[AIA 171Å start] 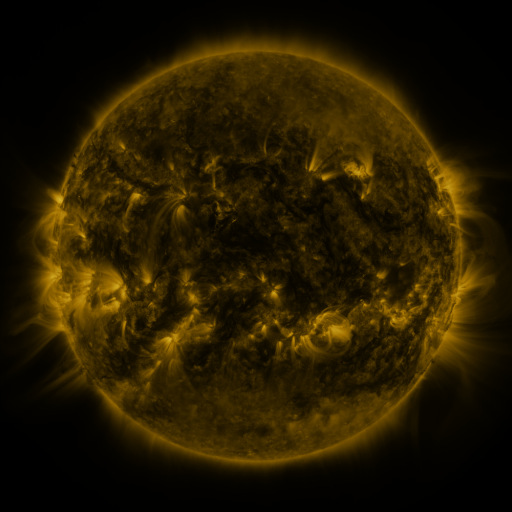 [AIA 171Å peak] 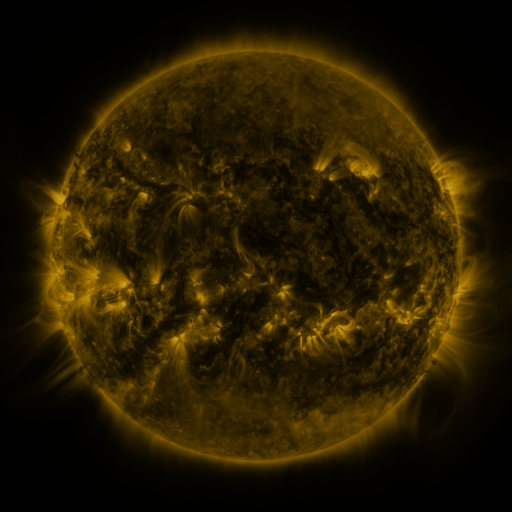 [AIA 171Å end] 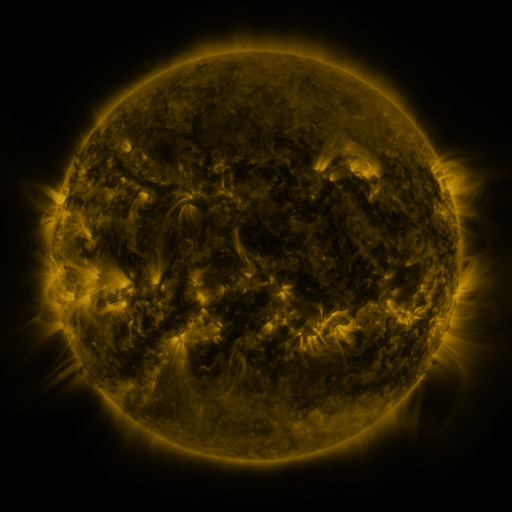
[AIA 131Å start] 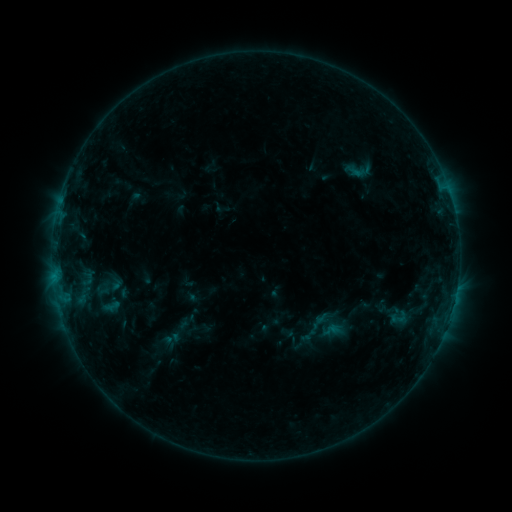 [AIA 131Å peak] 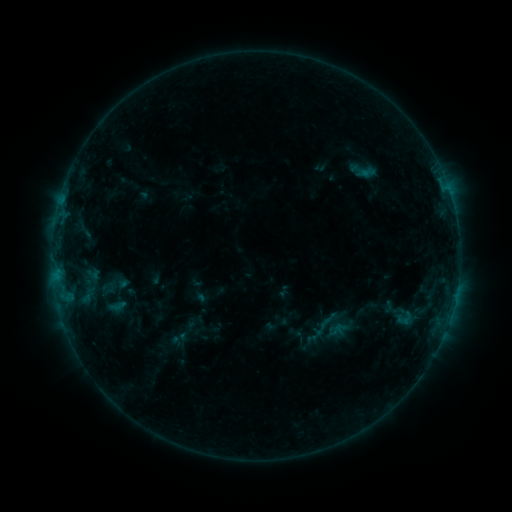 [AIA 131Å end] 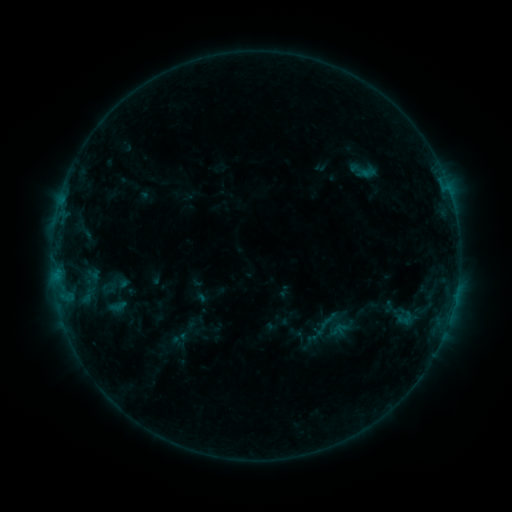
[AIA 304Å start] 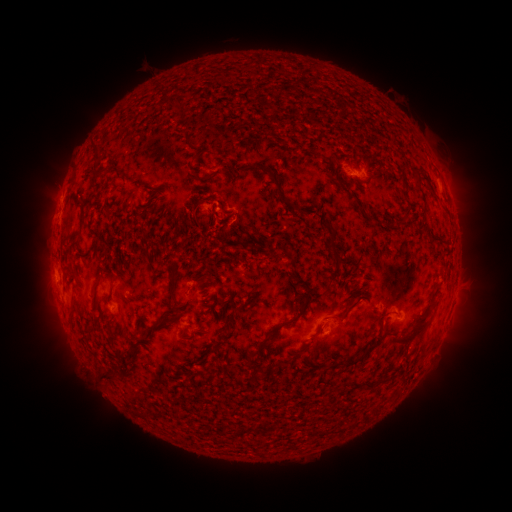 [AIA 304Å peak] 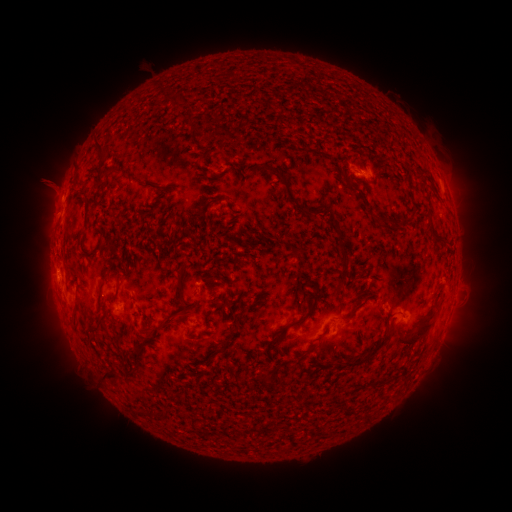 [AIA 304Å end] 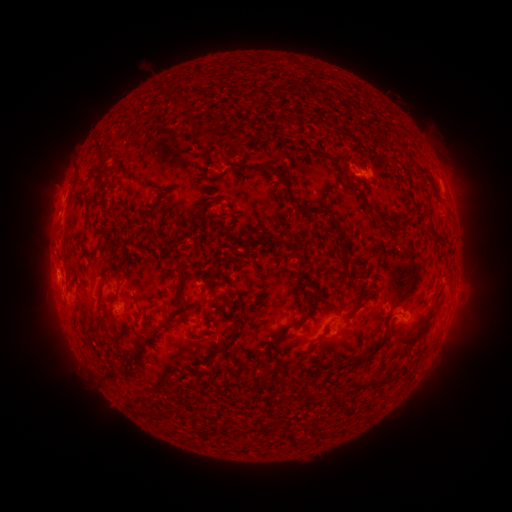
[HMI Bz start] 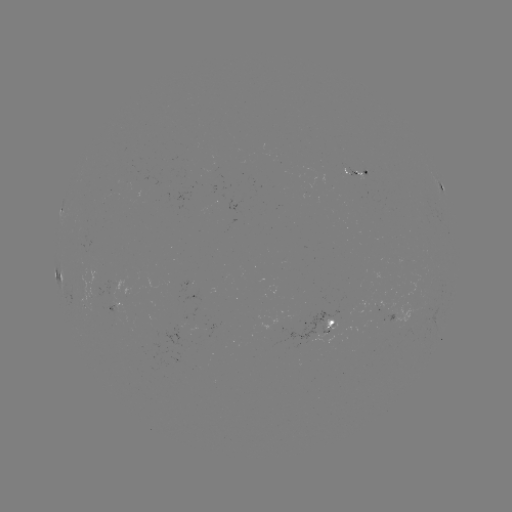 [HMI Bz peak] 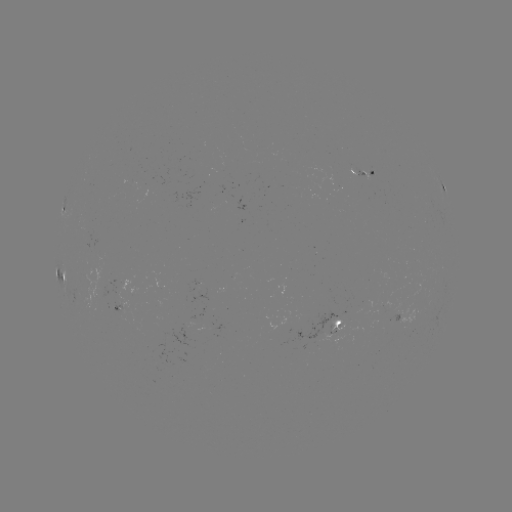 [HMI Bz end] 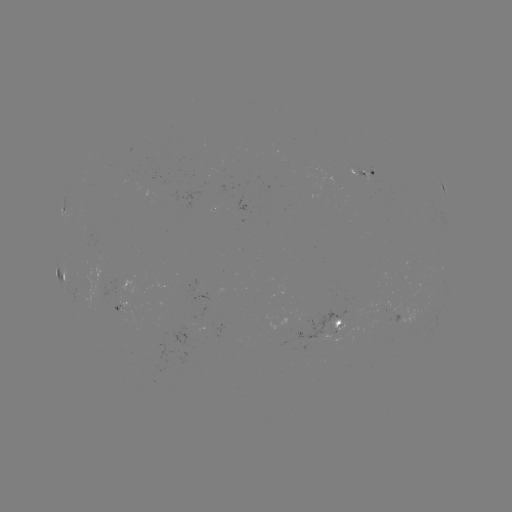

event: emerging-flux region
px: (119, 312)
